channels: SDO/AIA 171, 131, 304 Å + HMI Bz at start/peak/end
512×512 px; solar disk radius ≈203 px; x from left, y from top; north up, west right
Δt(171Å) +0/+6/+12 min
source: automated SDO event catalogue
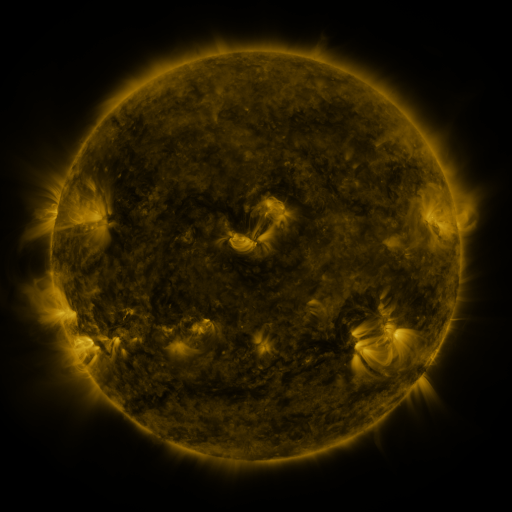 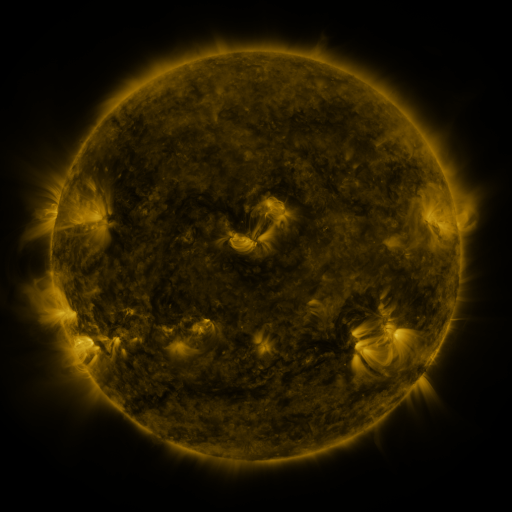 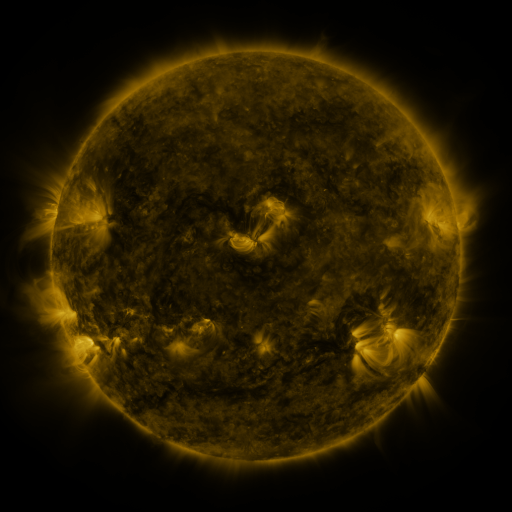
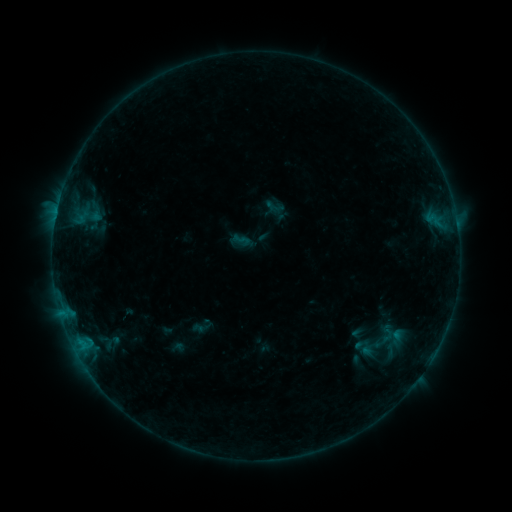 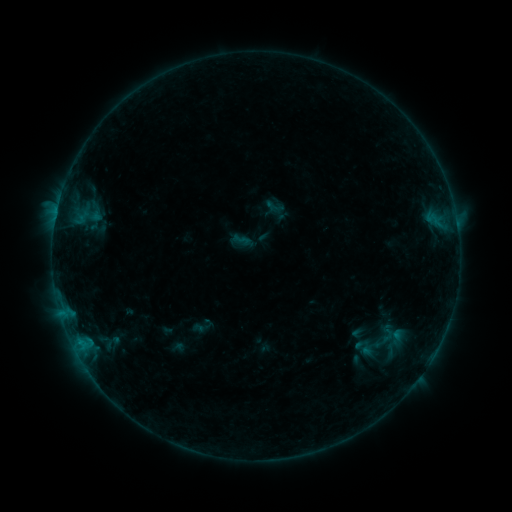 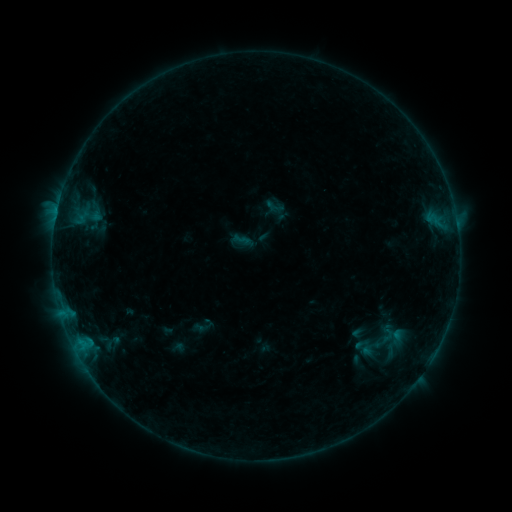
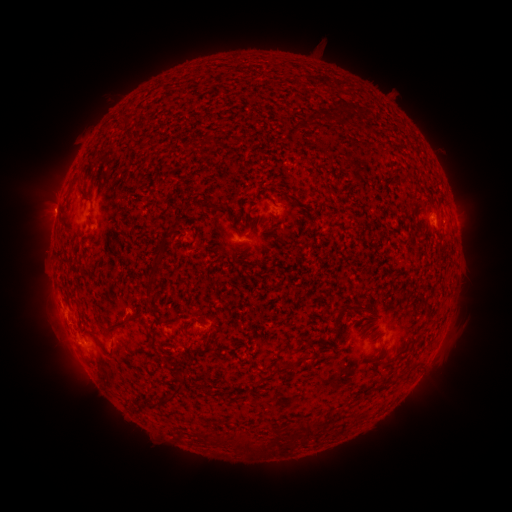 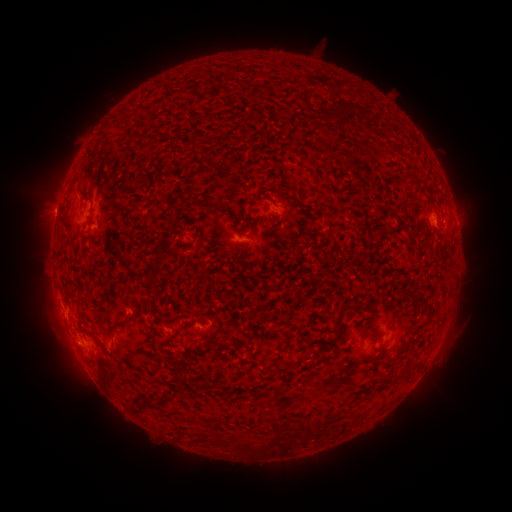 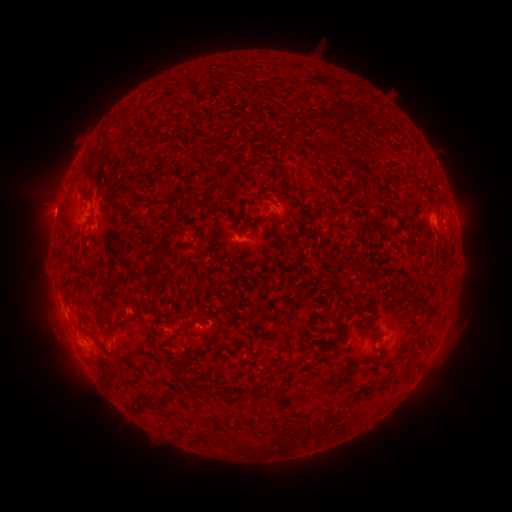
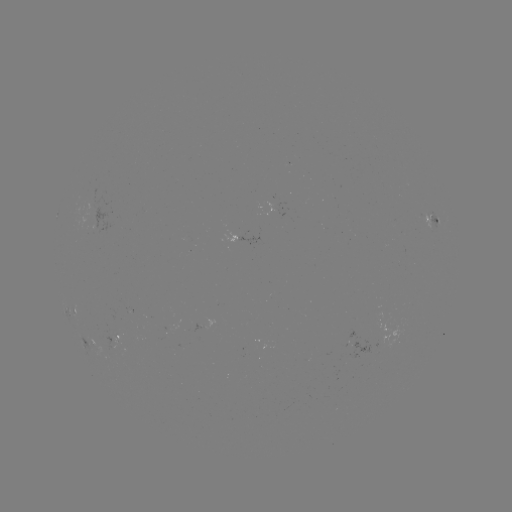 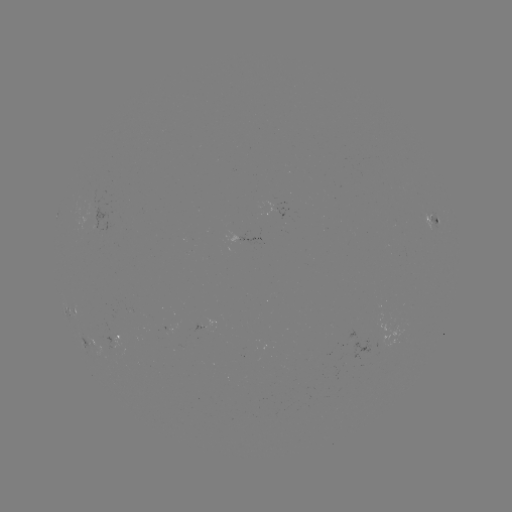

nothing was catalogued: no classed flare, no EUV trigger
